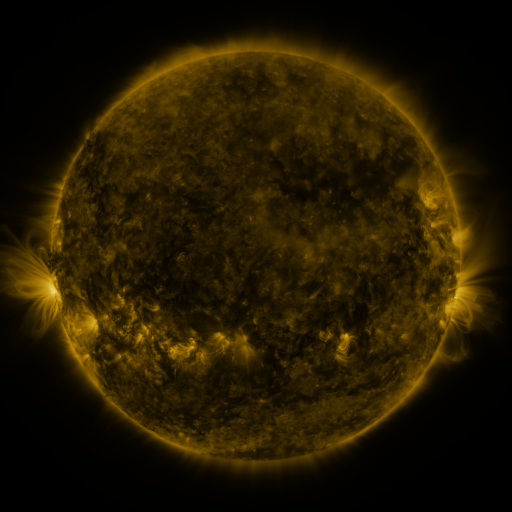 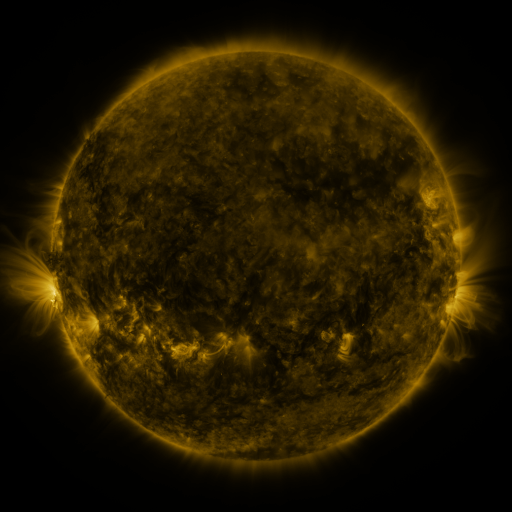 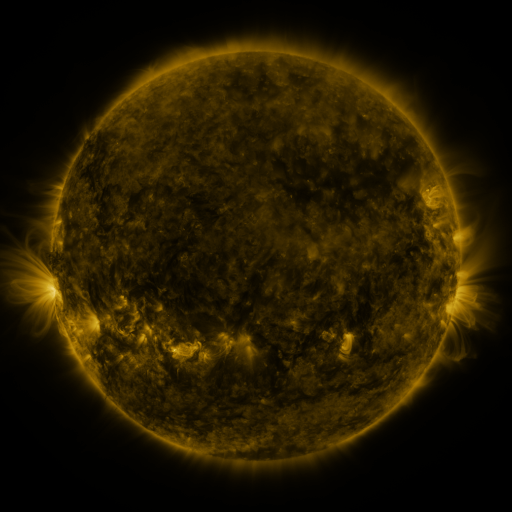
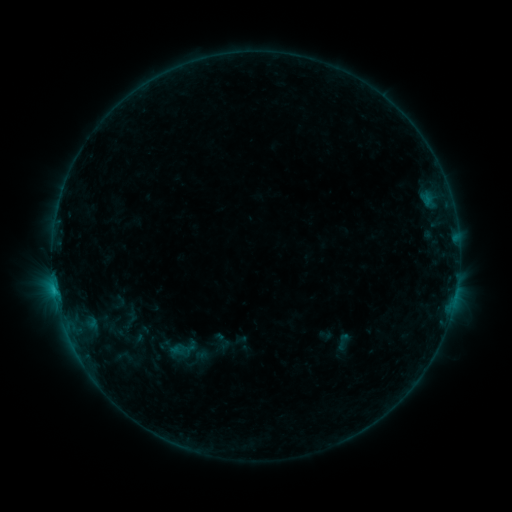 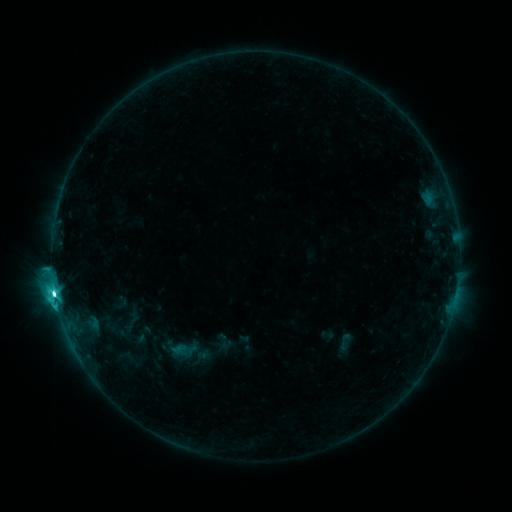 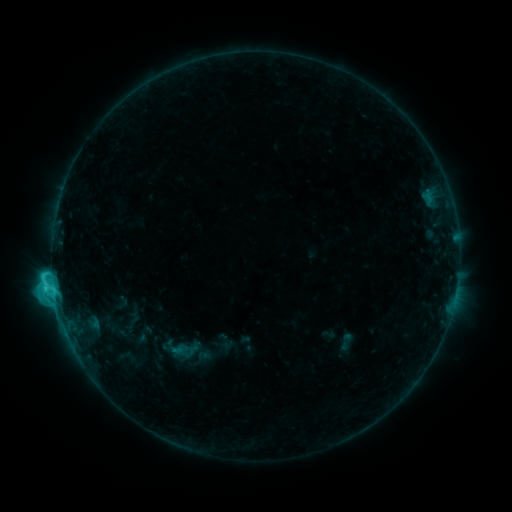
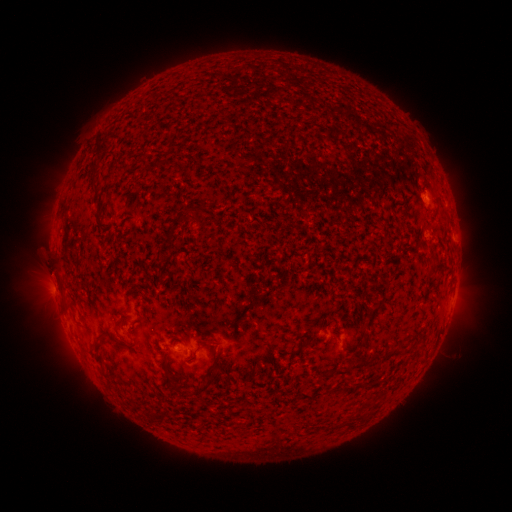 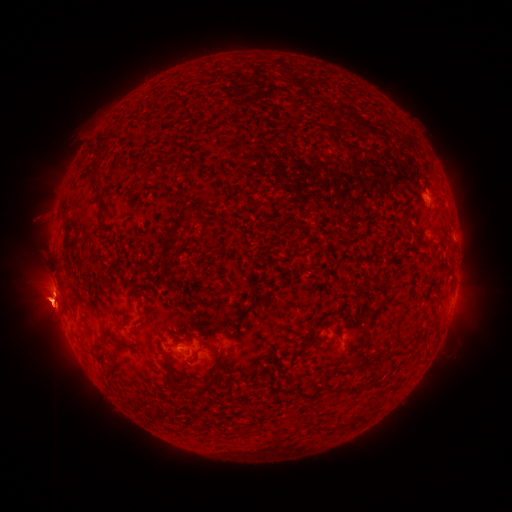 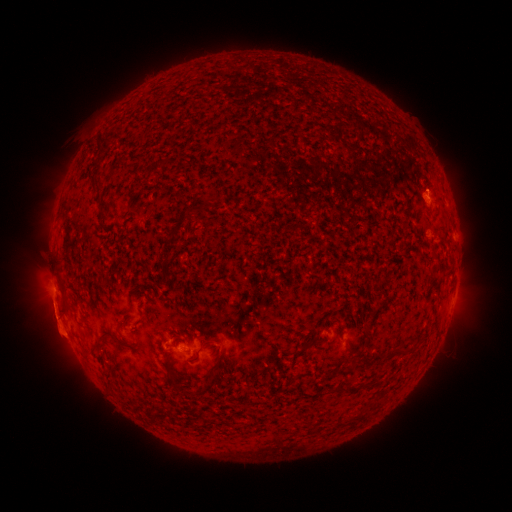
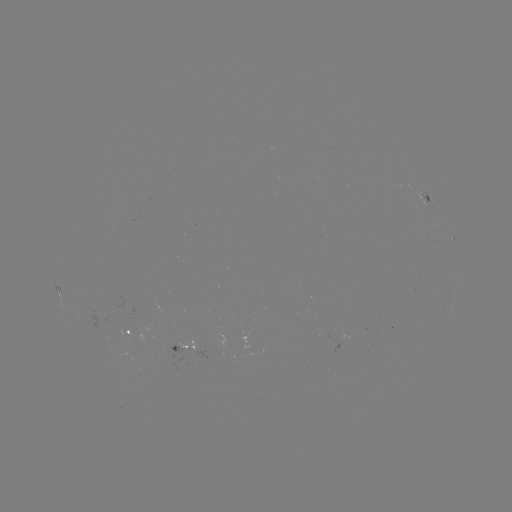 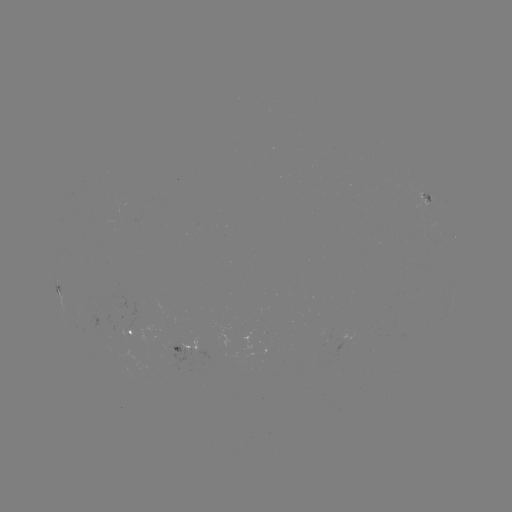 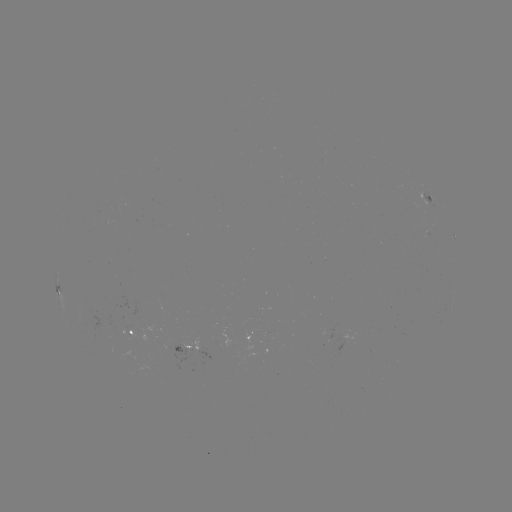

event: emerging-flux region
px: (184, 344)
